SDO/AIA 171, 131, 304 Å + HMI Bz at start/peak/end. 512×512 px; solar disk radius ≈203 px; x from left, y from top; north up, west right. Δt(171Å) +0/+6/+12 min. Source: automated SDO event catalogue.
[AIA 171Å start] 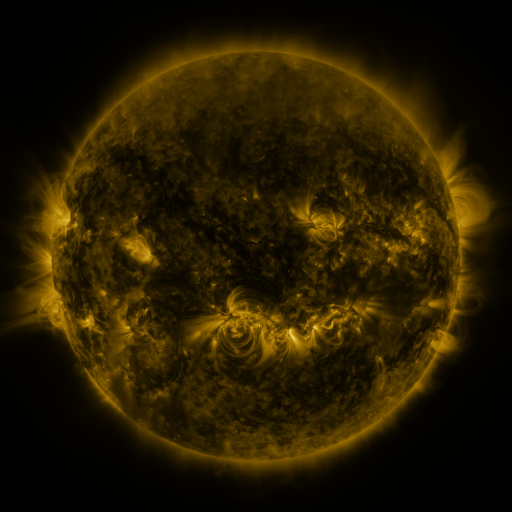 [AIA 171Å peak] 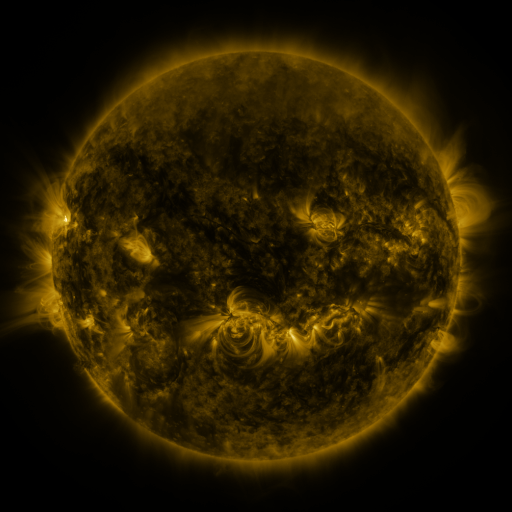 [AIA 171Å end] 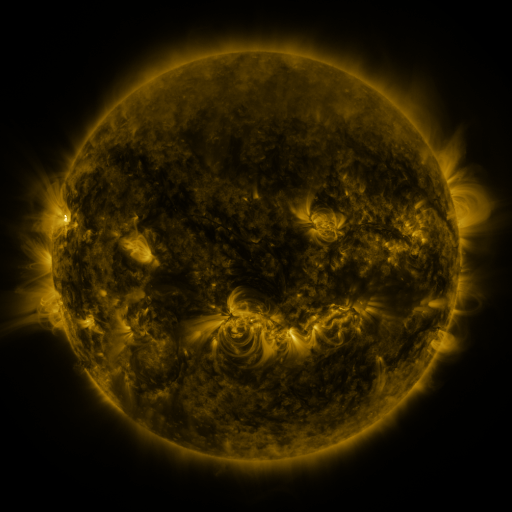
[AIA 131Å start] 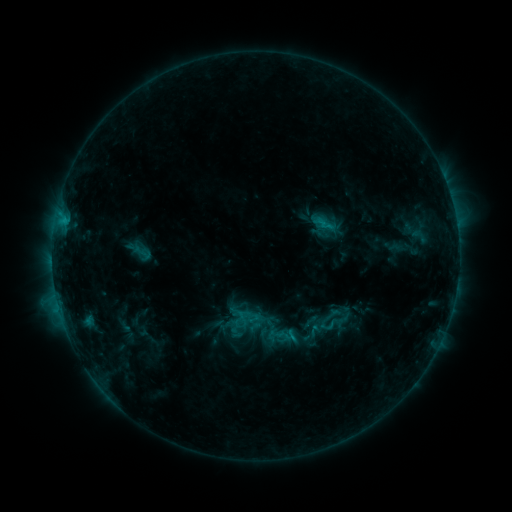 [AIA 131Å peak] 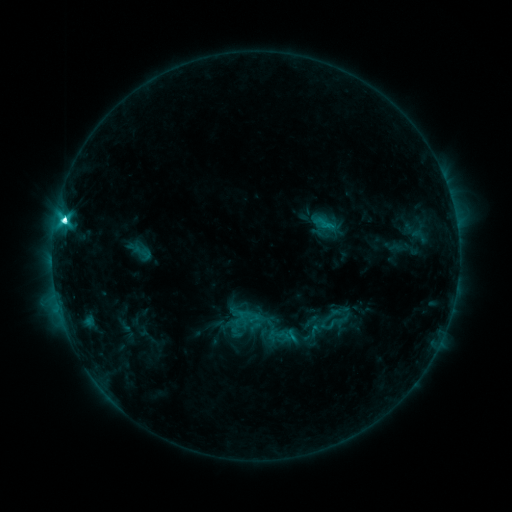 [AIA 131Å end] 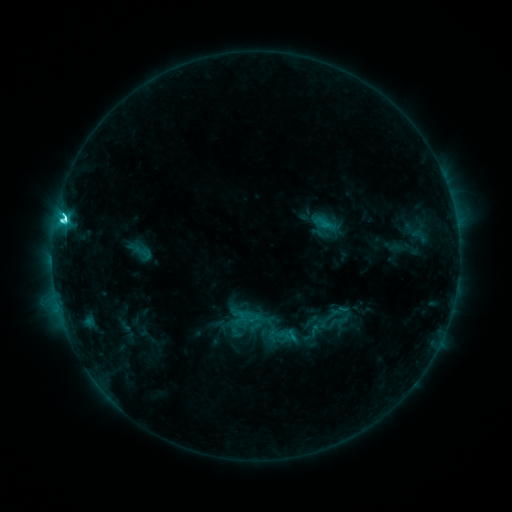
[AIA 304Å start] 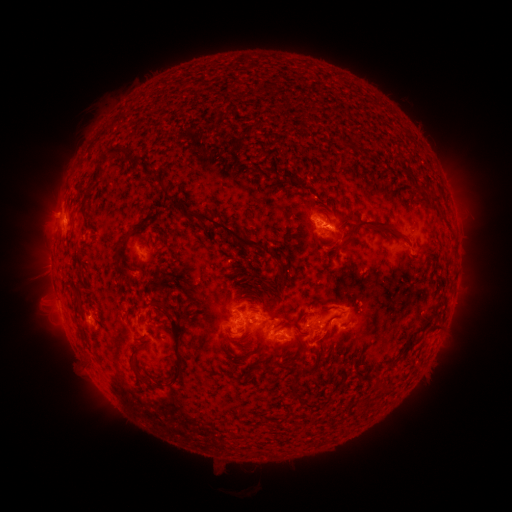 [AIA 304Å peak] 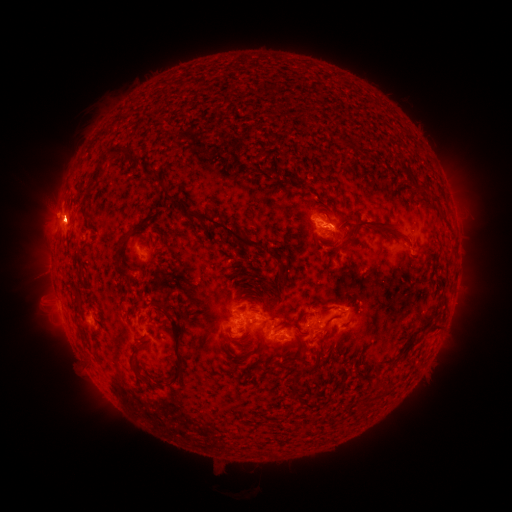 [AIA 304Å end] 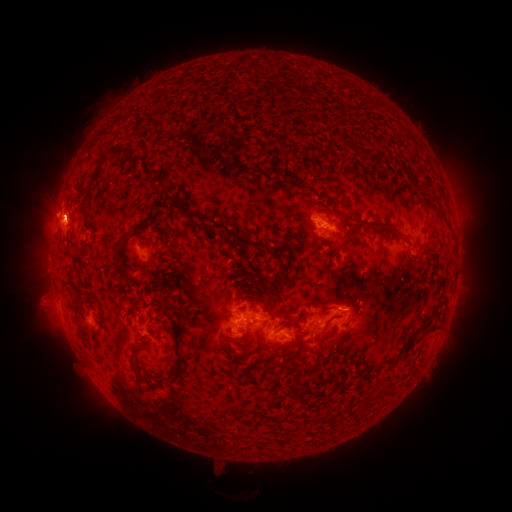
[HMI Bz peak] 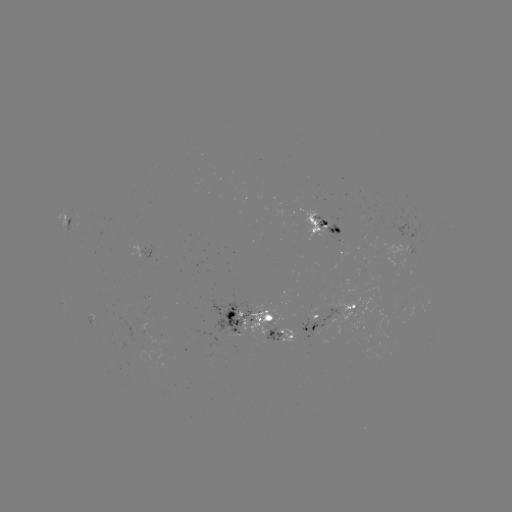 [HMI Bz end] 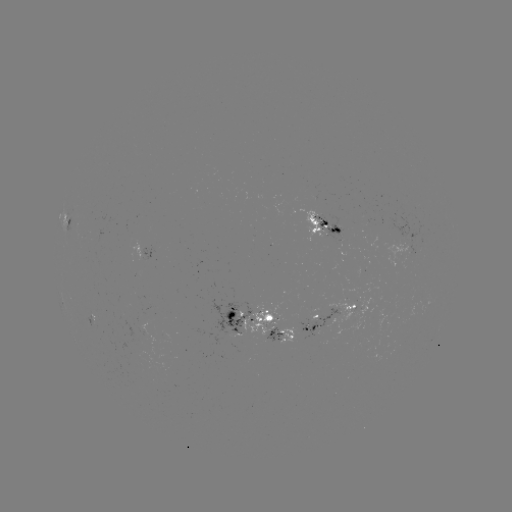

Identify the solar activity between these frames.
C7.9 flare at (65, 224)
